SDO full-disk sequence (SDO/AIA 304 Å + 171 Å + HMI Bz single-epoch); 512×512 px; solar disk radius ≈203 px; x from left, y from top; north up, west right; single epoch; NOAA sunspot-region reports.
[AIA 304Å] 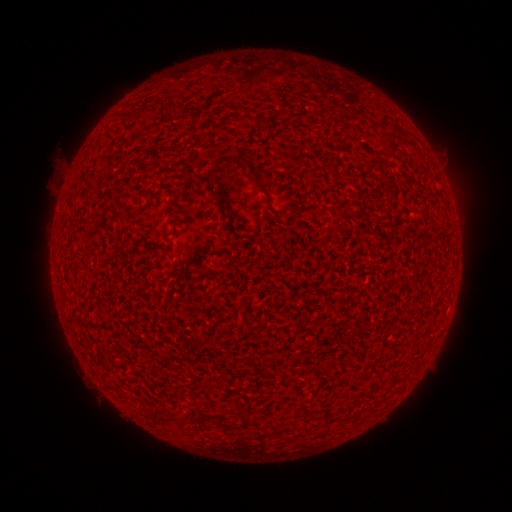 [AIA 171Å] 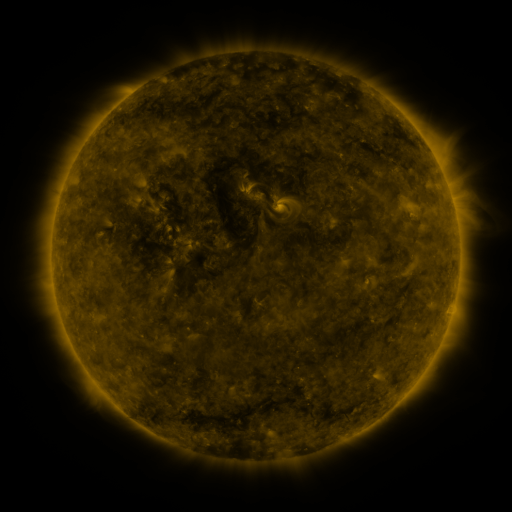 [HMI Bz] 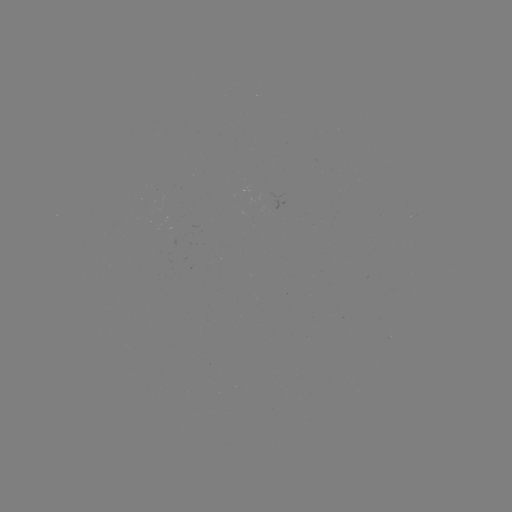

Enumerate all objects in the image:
(none)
